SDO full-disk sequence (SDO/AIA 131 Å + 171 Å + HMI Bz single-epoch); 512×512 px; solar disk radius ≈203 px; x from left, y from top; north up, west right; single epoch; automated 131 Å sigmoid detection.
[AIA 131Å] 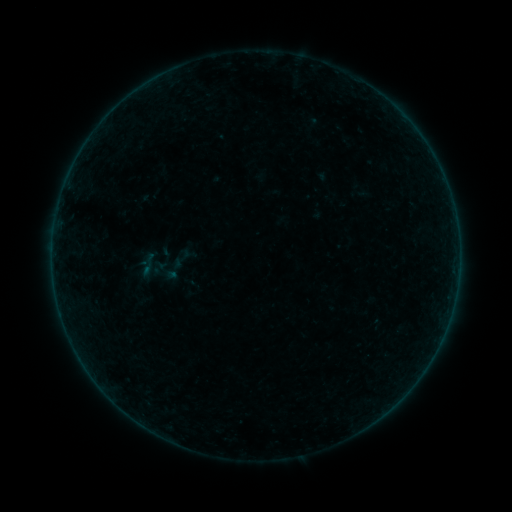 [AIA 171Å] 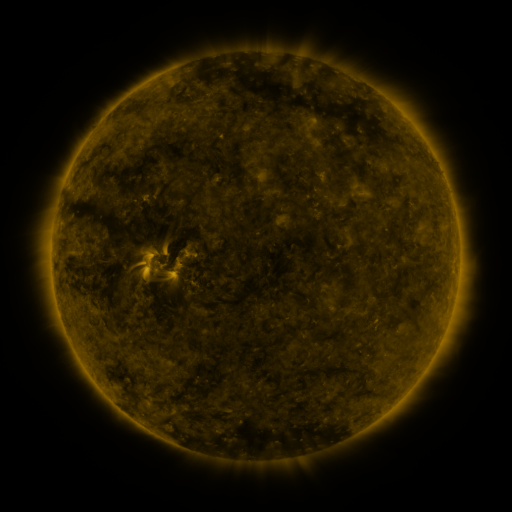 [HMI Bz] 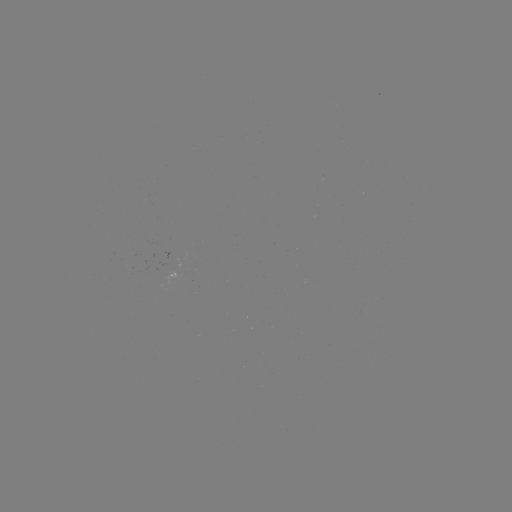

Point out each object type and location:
sigmoid: (166, 245, 196, 272)
sigmoid: (134, 252, 162, 276)
